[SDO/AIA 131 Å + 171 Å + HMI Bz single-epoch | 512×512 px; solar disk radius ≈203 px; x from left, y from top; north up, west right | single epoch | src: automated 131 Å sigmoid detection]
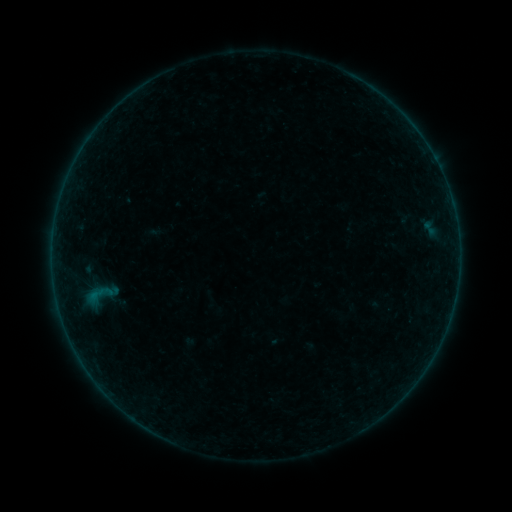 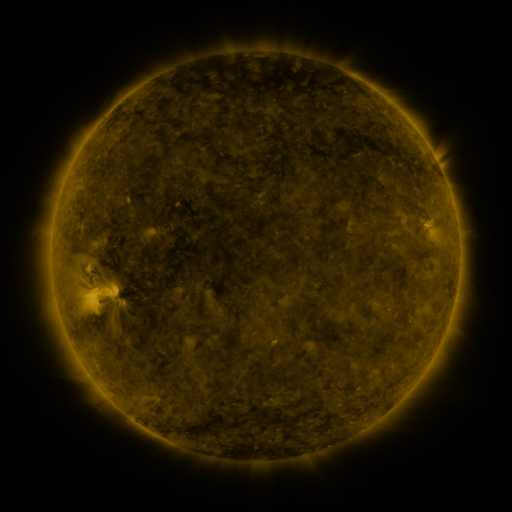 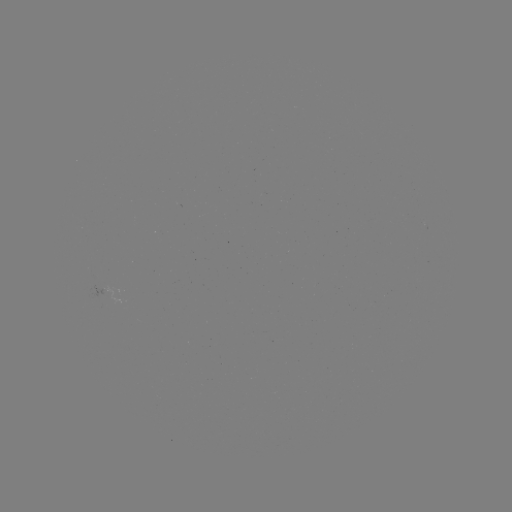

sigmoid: [71, 266, 129, 326]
